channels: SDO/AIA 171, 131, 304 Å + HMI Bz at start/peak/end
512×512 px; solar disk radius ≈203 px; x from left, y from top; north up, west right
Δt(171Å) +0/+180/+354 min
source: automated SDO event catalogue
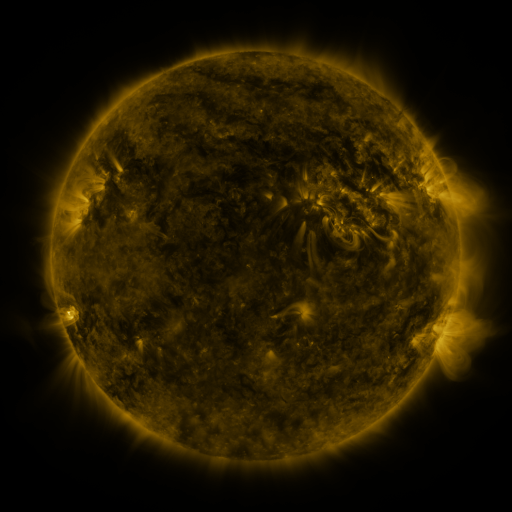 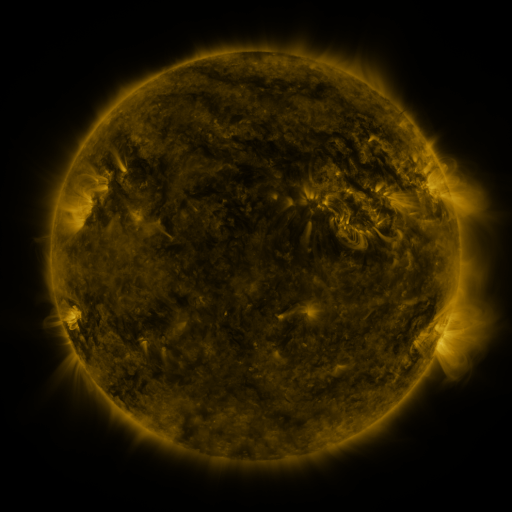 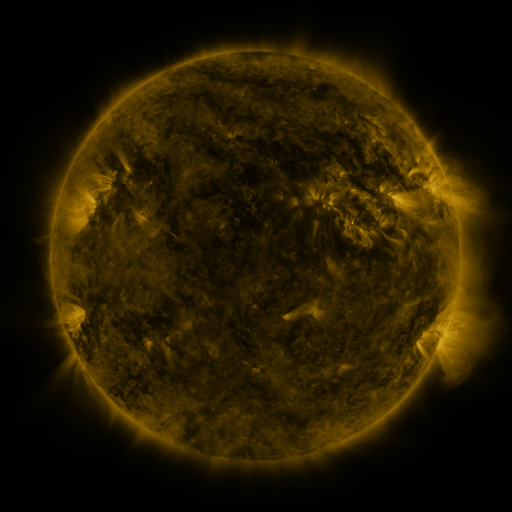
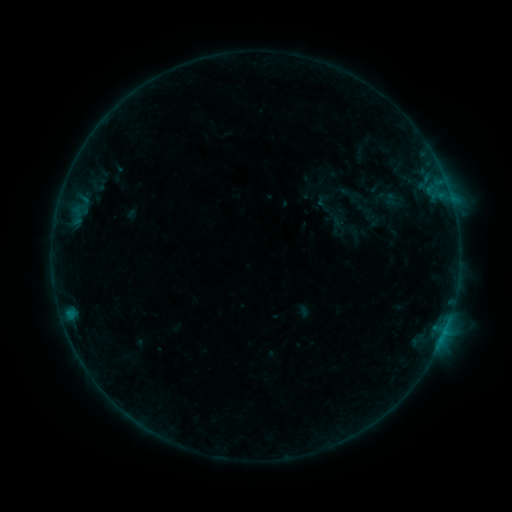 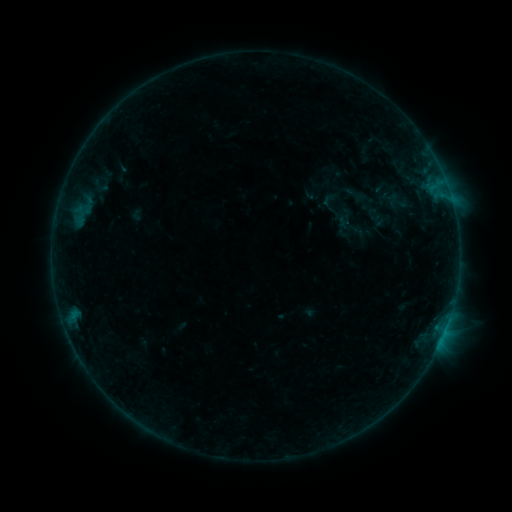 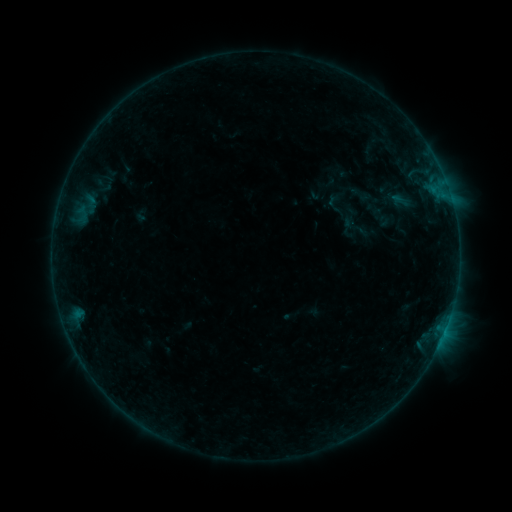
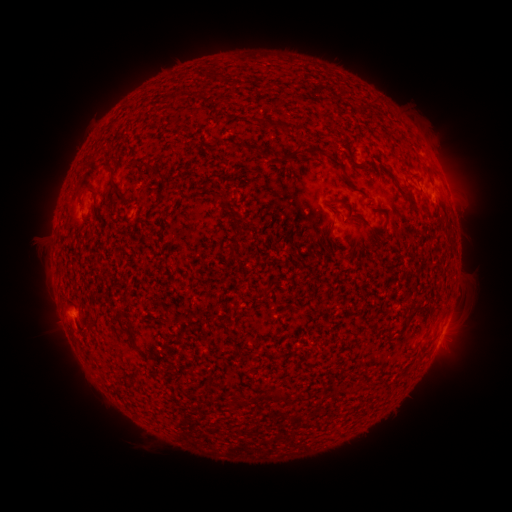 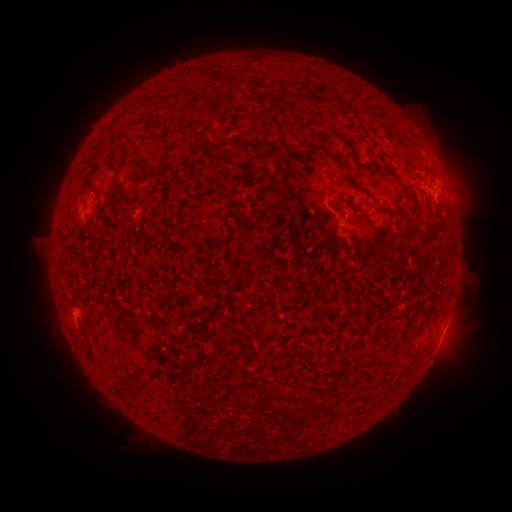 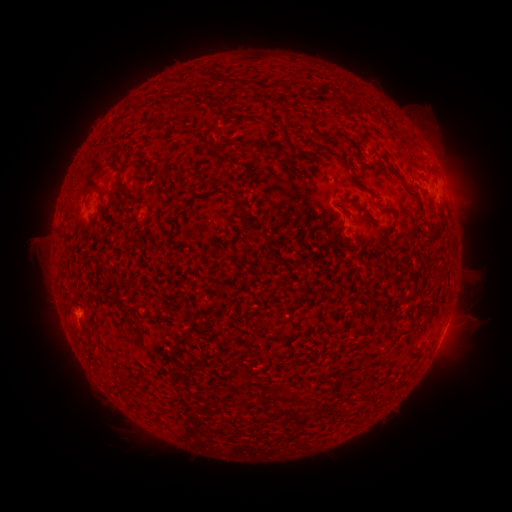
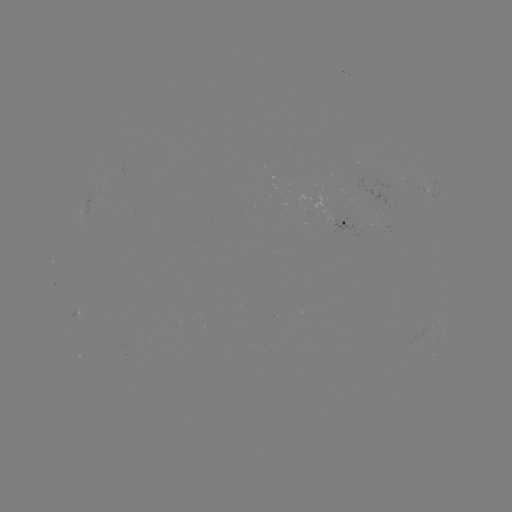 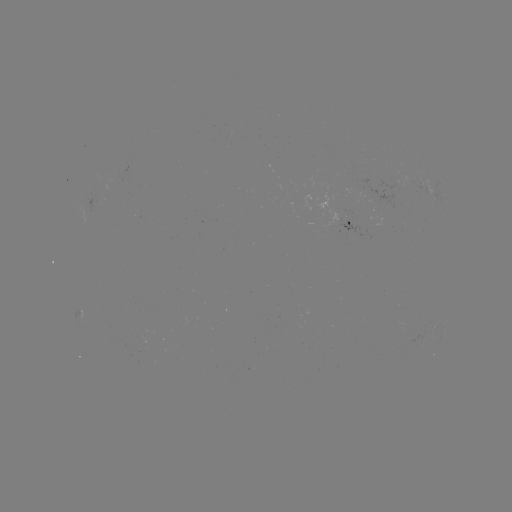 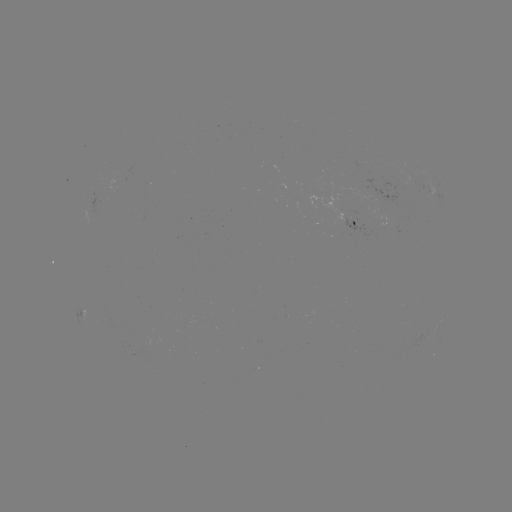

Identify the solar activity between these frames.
filament eruption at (284, 128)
